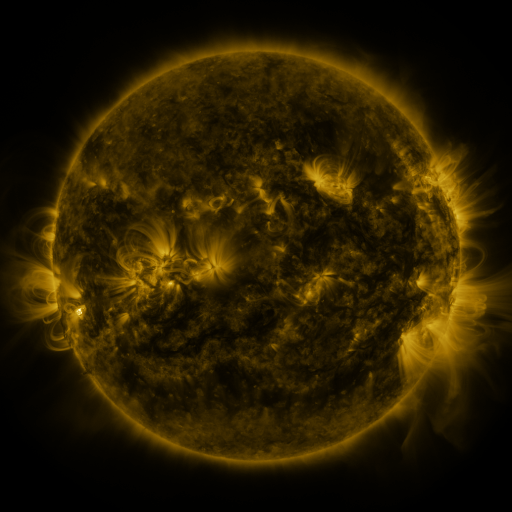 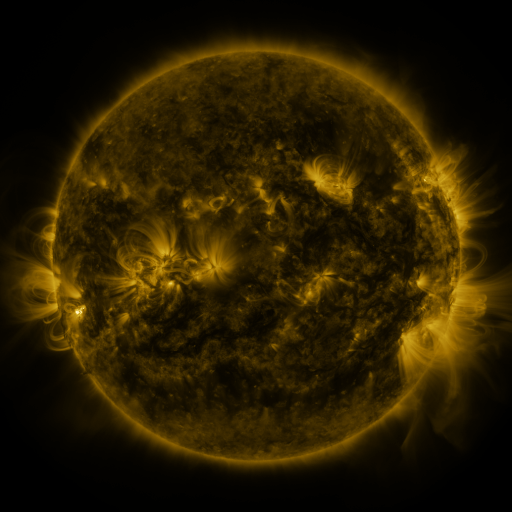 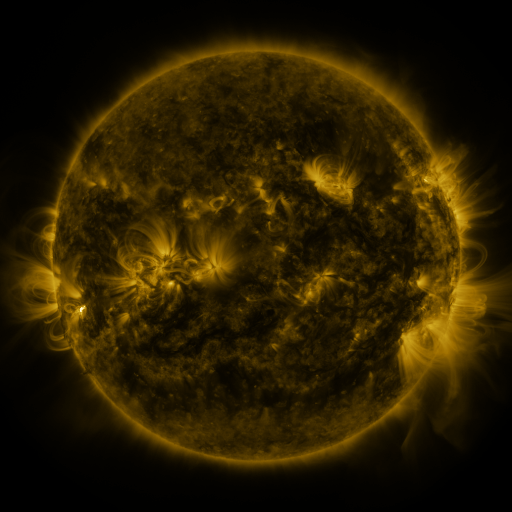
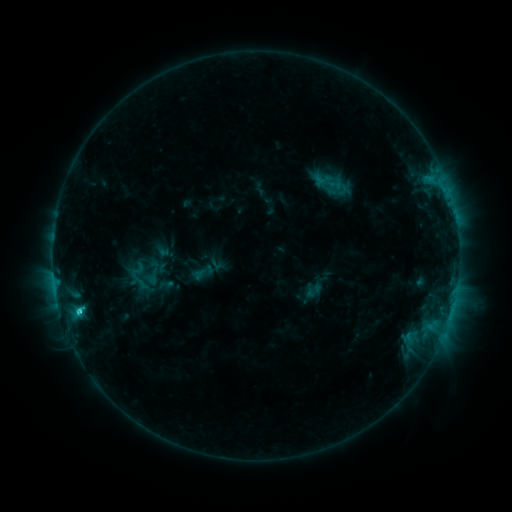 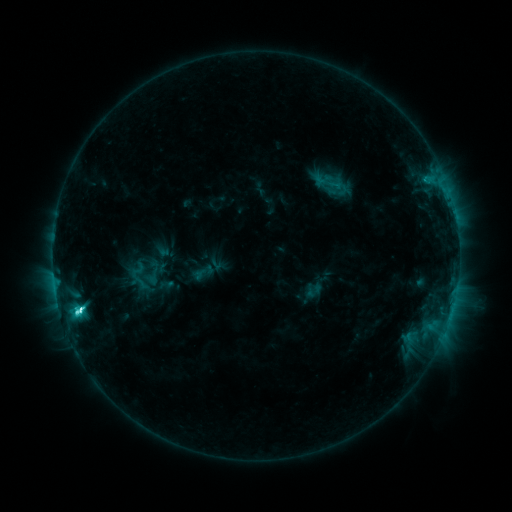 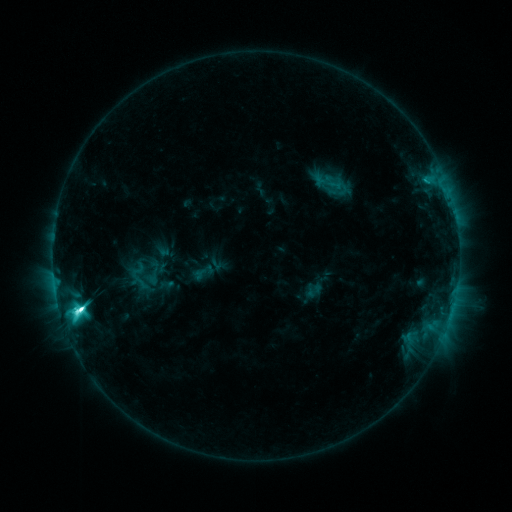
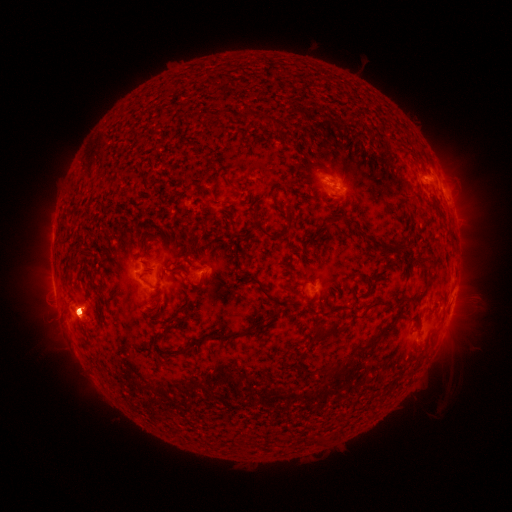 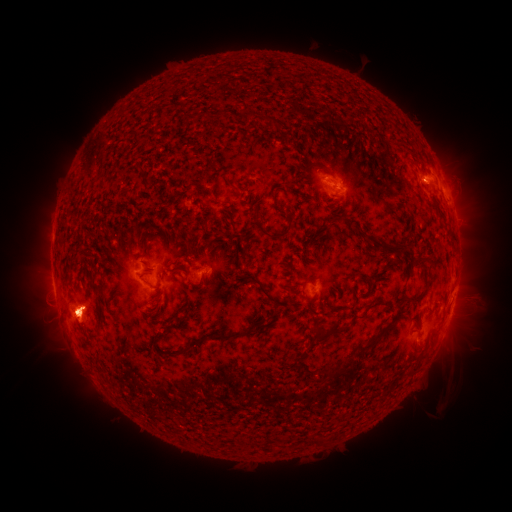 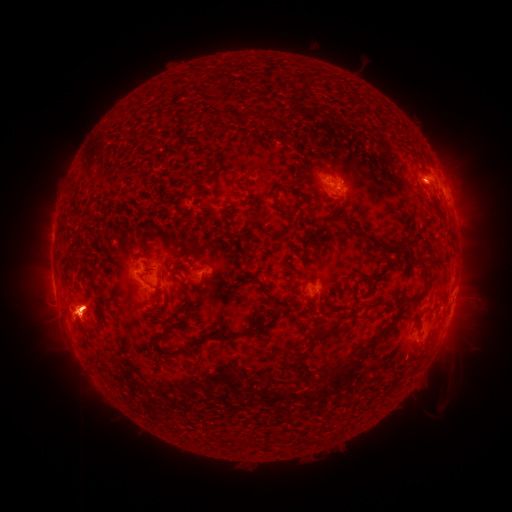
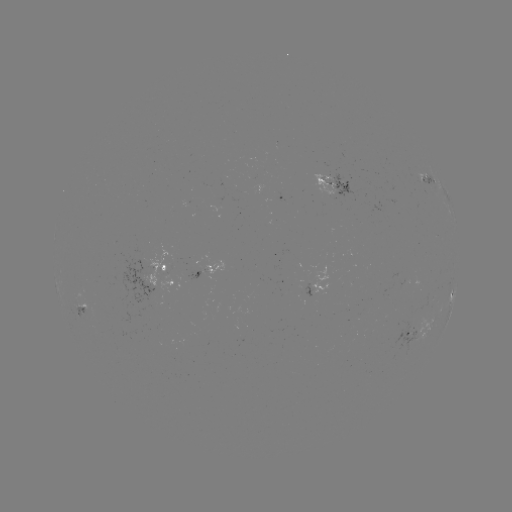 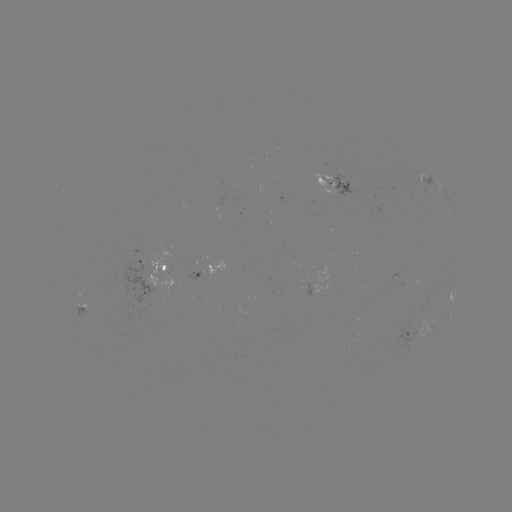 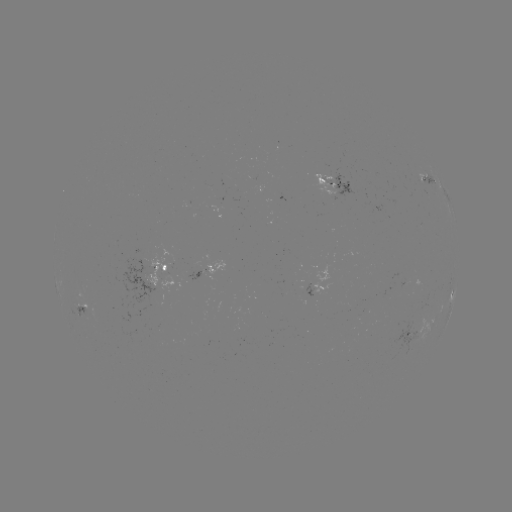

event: eruption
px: (79, 316)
